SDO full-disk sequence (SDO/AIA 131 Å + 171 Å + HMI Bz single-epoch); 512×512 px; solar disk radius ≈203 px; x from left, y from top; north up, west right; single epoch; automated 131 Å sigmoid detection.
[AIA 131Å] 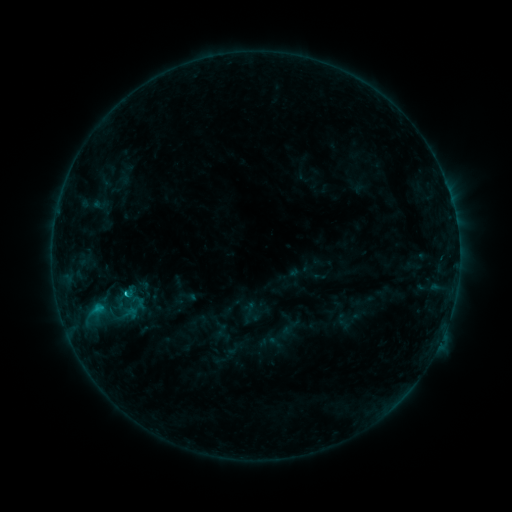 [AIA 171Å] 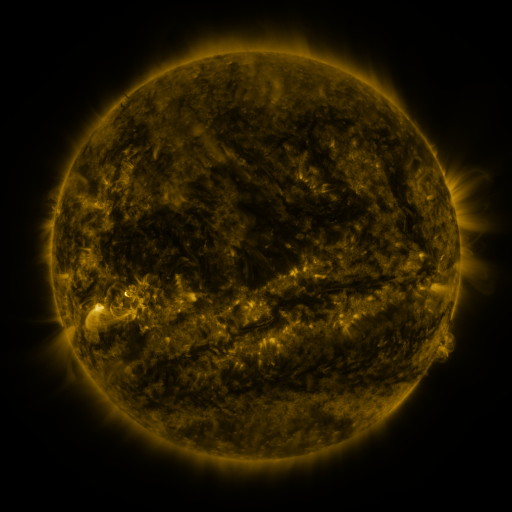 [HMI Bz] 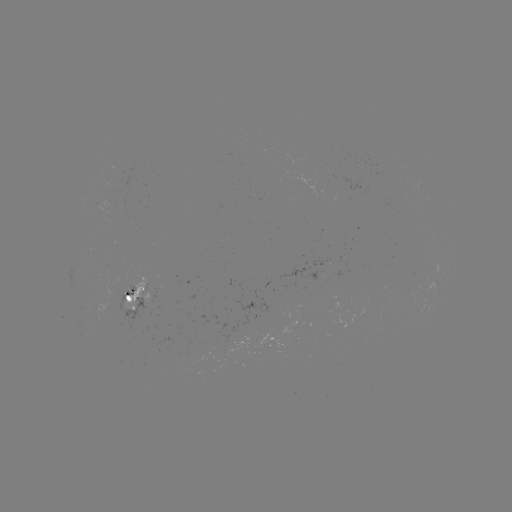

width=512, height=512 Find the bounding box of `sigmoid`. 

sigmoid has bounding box [120, 294, 151, 316].